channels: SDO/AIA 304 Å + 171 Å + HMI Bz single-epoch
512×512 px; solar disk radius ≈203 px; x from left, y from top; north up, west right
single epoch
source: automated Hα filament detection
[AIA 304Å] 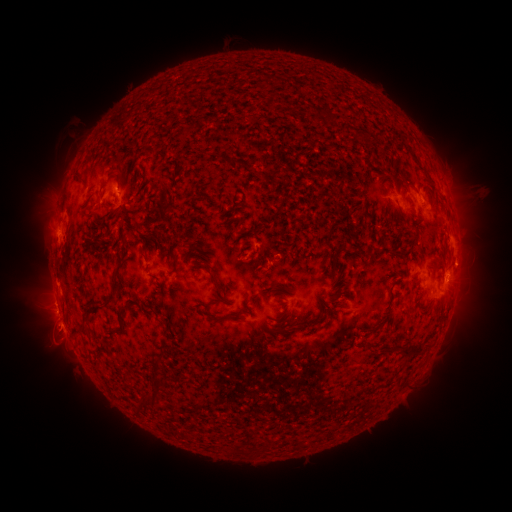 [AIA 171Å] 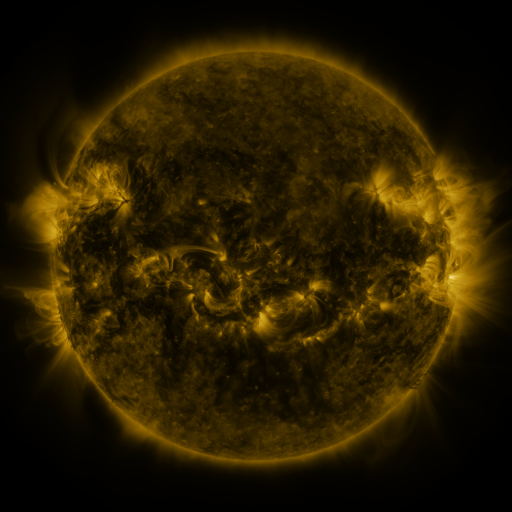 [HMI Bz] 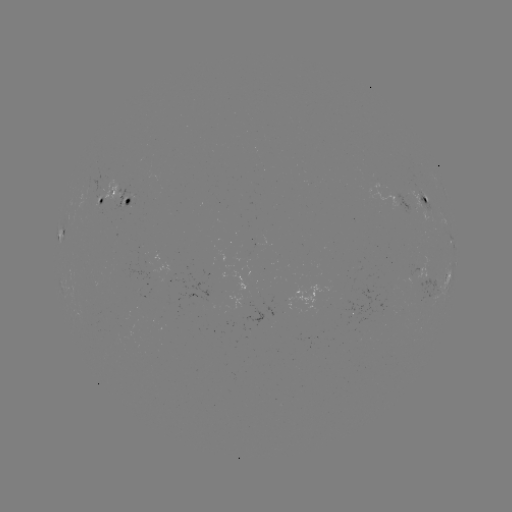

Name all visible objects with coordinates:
filament: (328, 118)
filament: (236, 162)
filament: (77, 181)
filament: (169, 210)
filament: (276, 212)
filament: (89, 217)
filament: (128, 224)
filament: (304, 254)
filament: (334, 259)
filament: (170, 260)
filament: (165, 277)
filament: (279, 285)
filament: (116, 289)
filament: (219, 289)
filament: (208, 305)
filament: (123, 312)
filament: (327, 314)
filament: (291, 315)
filament: (221, 319)
filament: (276, 334)
filament: (415, 347)
filament: (158, 367)
filament: (152, 402)
